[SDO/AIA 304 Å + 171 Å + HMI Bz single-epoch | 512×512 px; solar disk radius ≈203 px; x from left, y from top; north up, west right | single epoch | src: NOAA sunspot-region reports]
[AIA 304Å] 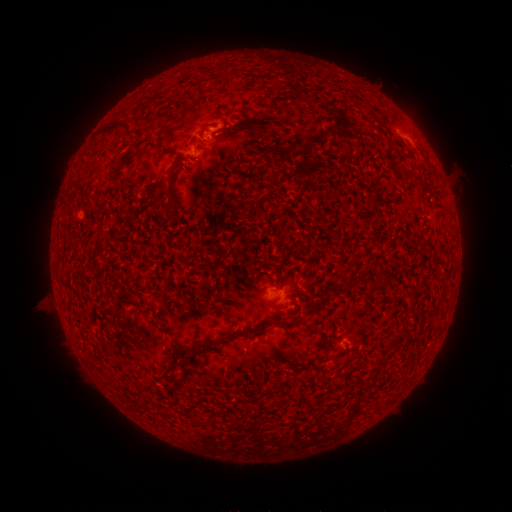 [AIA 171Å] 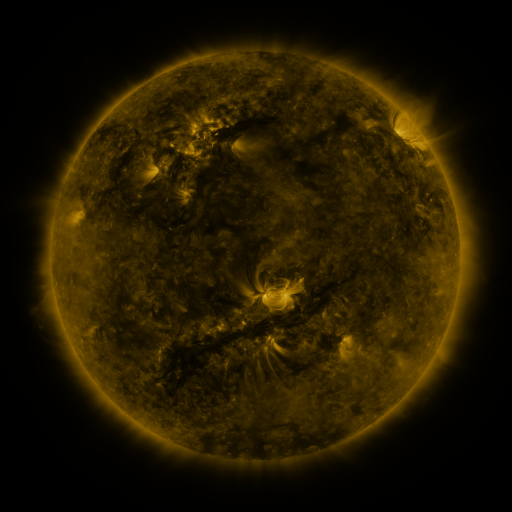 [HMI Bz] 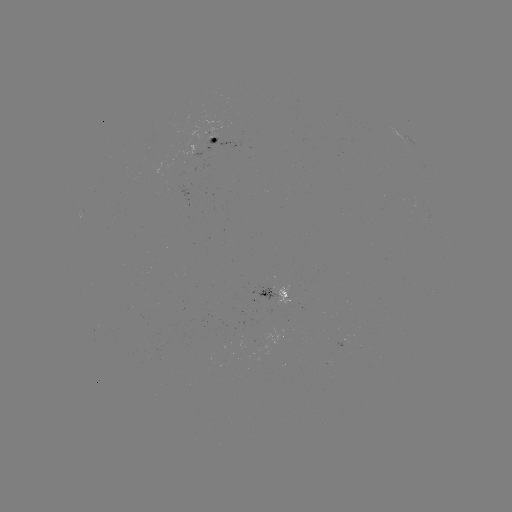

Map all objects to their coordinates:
spotted active region: (215, 132)
spotted active region: (405, 135)
spotted active region: (273, 286)
